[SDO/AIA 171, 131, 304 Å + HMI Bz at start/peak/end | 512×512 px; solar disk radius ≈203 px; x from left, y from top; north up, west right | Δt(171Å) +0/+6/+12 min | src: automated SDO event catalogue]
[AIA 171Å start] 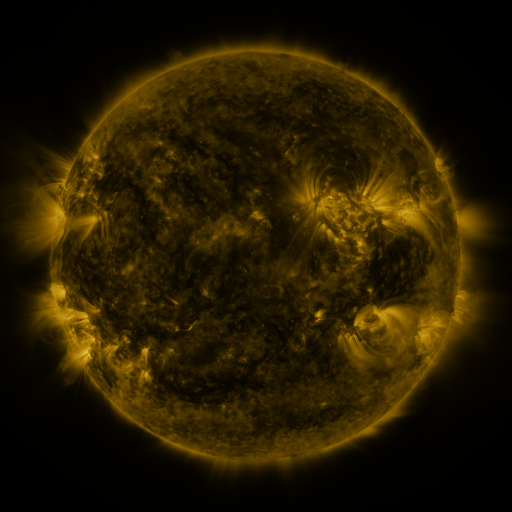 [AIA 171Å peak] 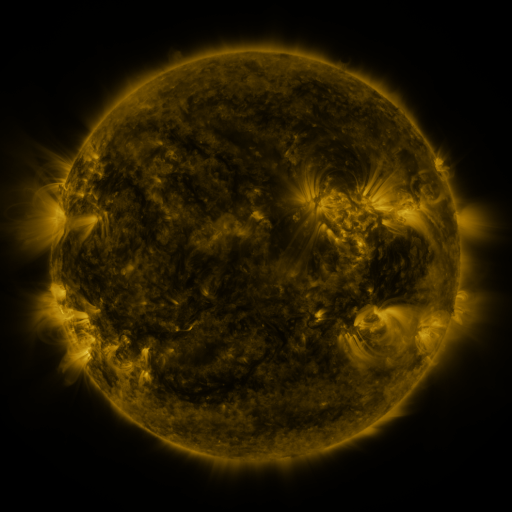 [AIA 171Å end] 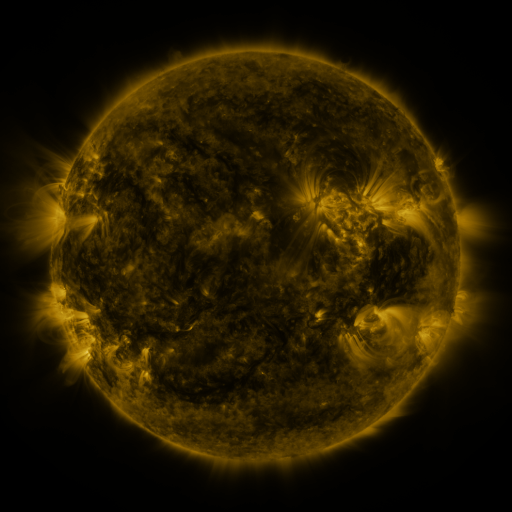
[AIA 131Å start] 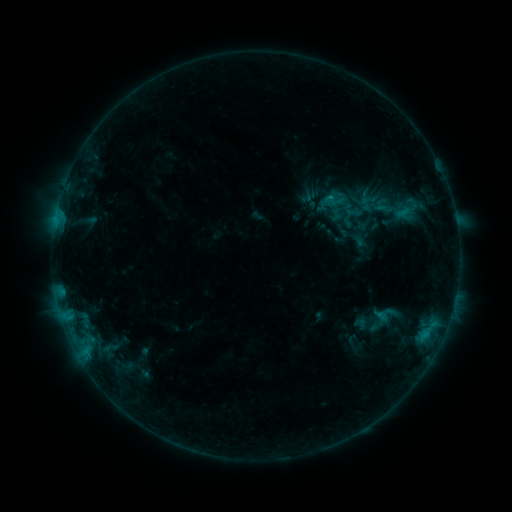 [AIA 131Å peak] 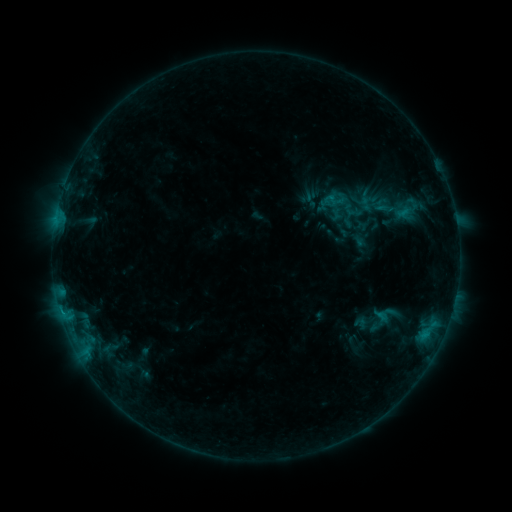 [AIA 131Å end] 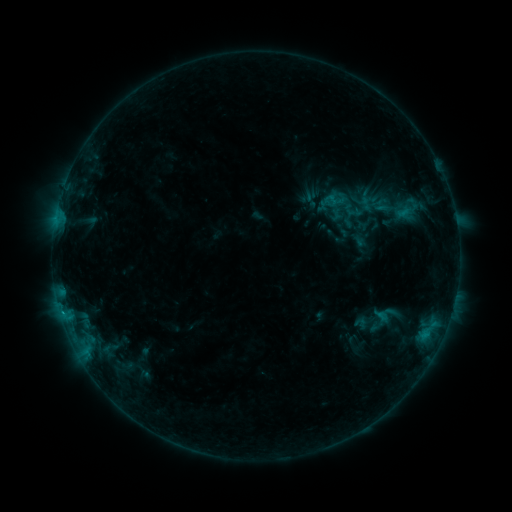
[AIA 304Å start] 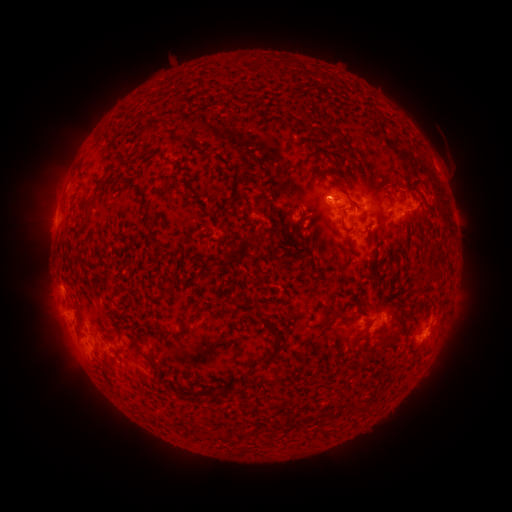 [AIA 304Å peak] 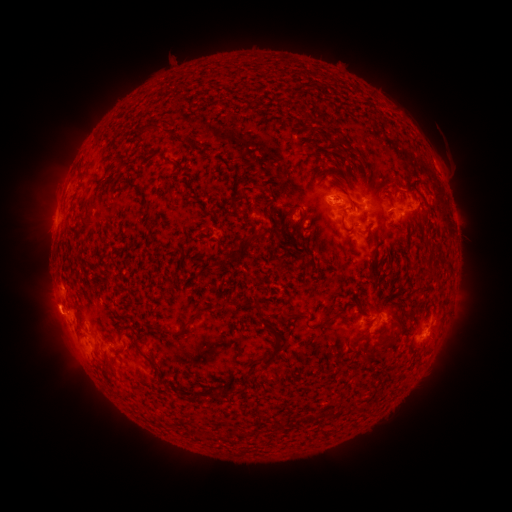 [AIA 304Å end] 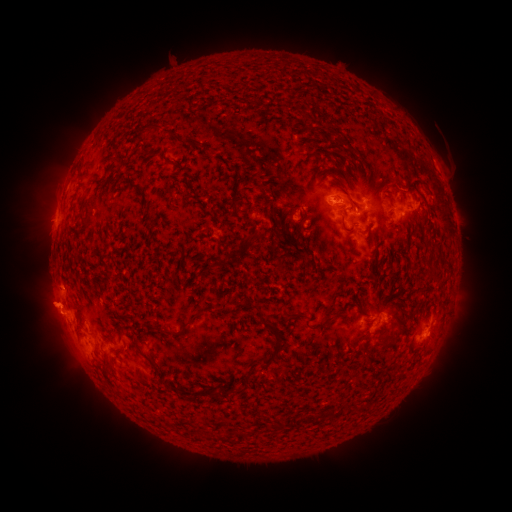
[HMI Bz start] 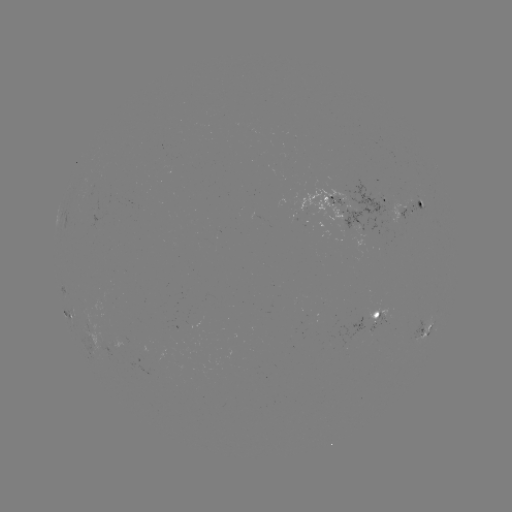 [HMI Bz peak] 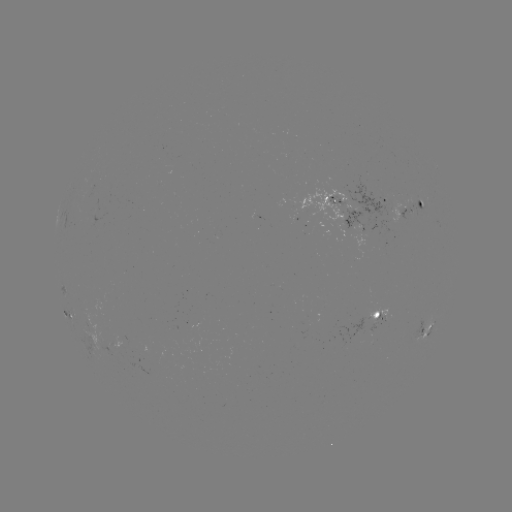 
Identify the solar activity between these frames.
C1.5 flare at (62, 308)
